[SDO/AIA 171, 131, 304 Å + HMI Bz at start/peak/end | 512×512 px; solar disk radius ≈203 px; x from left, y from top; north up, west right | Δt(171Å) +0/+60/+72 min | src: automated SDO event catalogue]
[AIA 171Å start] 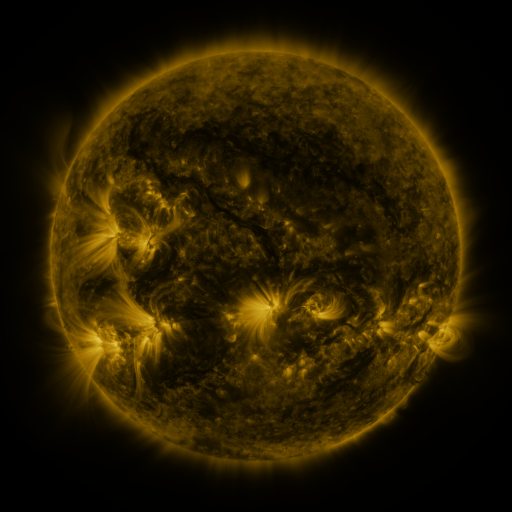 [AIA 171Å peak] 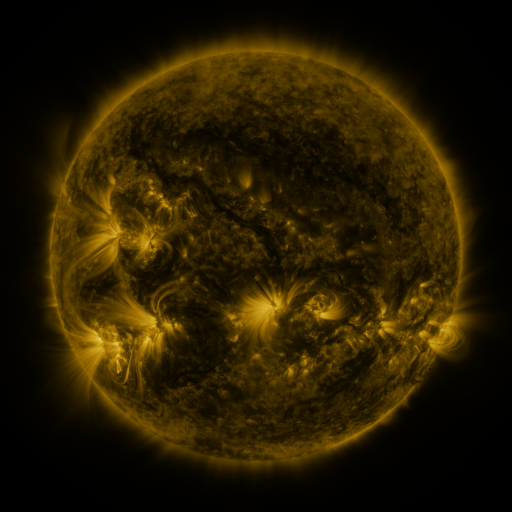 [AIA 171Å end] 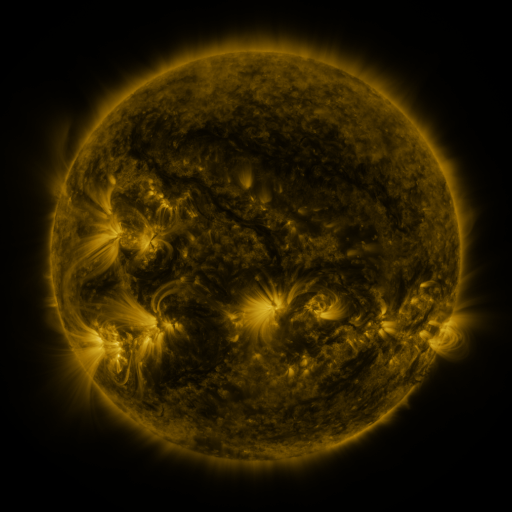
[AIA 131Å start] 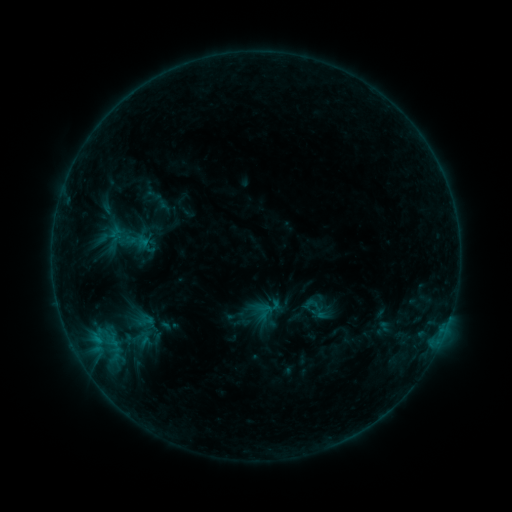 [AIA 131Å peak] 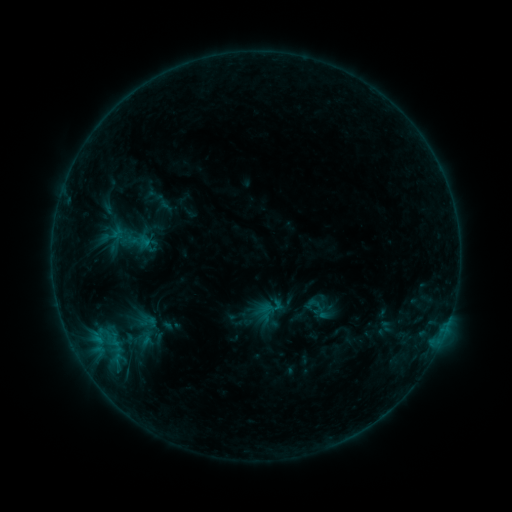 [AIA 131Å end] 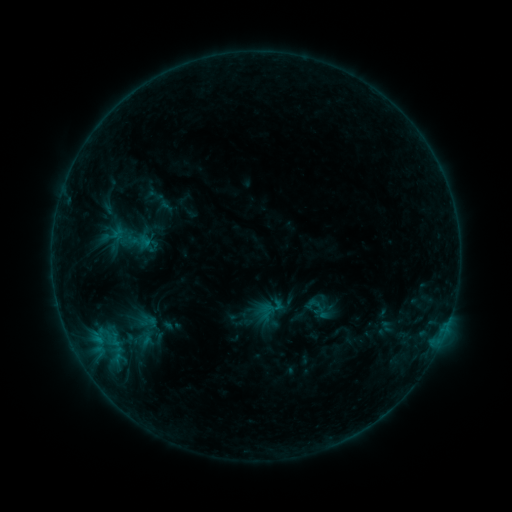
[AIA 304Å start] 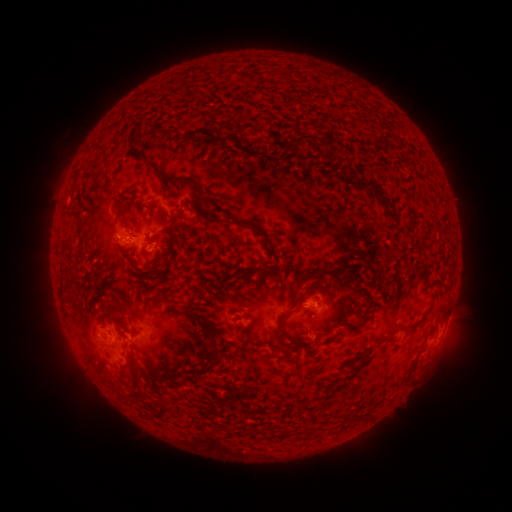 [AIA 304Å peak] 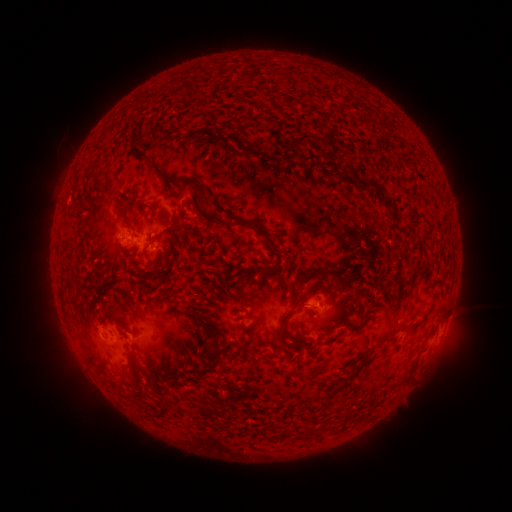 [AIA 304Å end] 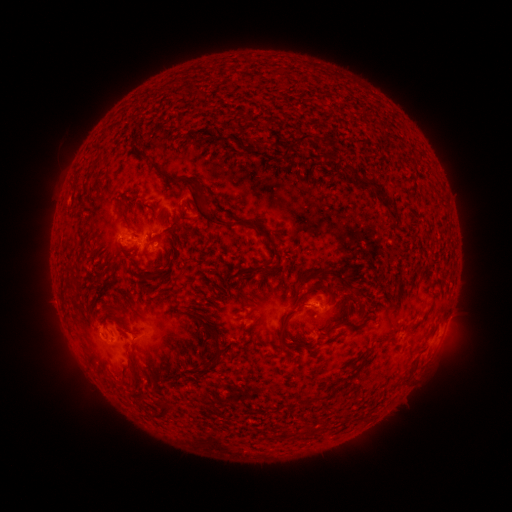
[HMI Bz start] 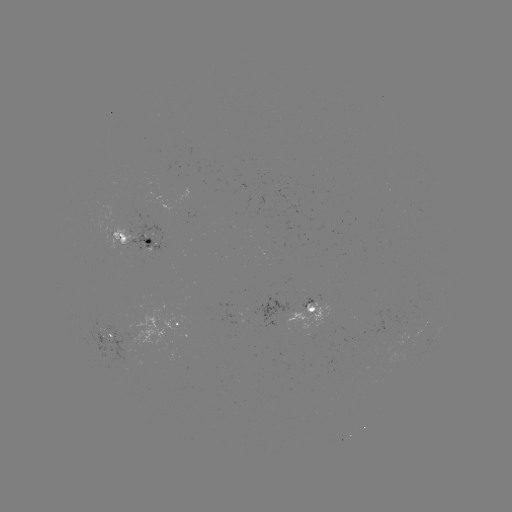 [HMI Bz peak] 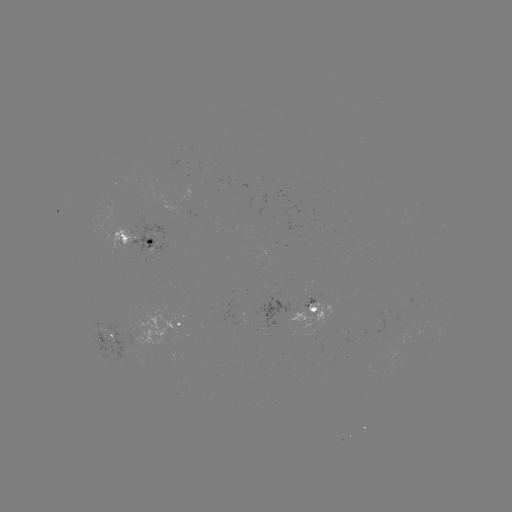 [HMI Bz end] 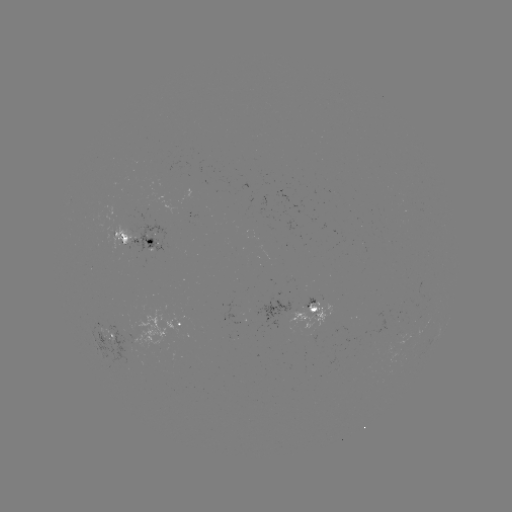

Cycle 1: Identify emerging-flux region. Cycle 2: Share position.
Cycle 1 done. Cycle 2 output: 107,337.